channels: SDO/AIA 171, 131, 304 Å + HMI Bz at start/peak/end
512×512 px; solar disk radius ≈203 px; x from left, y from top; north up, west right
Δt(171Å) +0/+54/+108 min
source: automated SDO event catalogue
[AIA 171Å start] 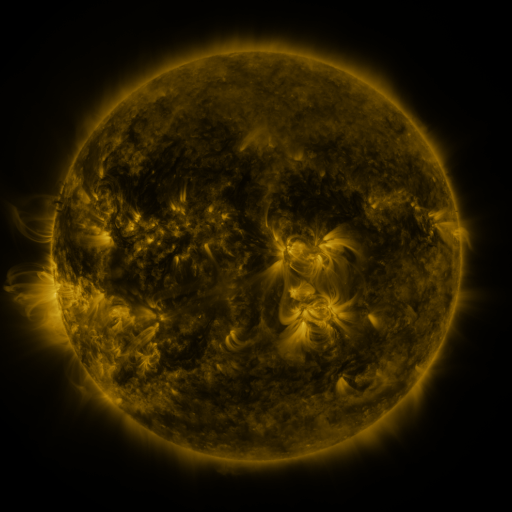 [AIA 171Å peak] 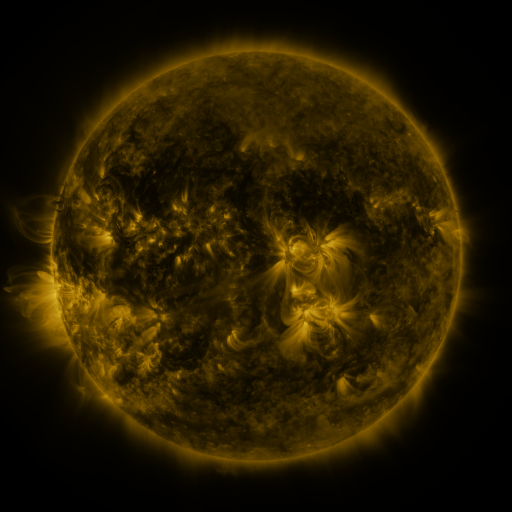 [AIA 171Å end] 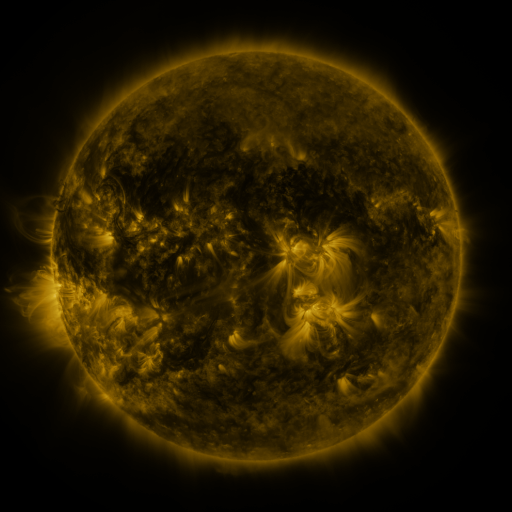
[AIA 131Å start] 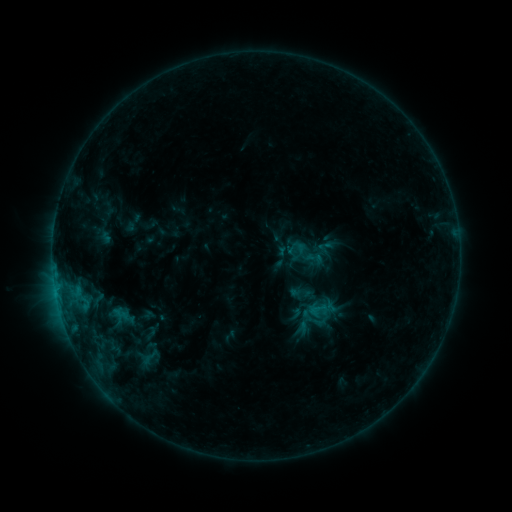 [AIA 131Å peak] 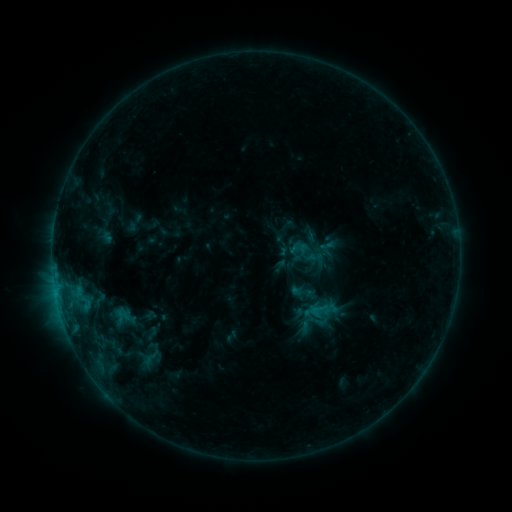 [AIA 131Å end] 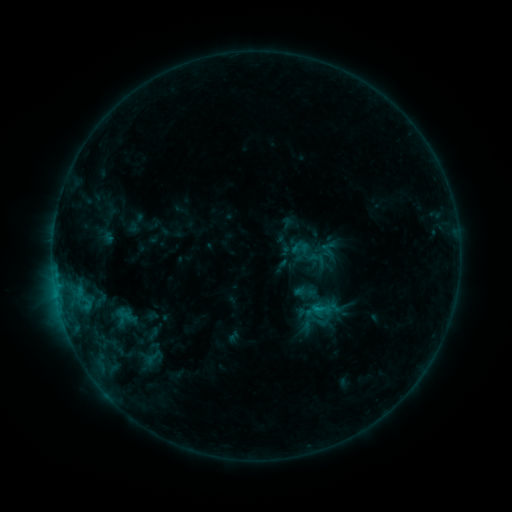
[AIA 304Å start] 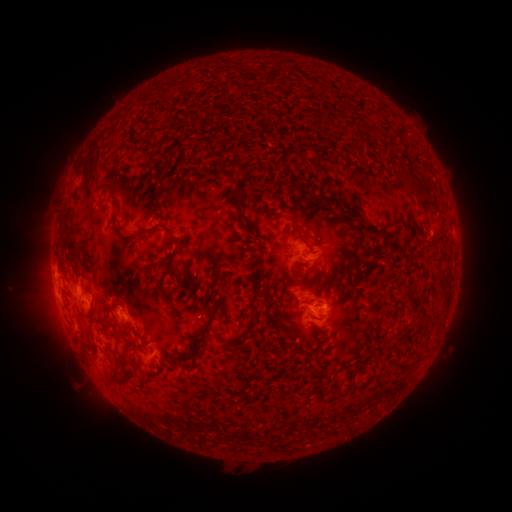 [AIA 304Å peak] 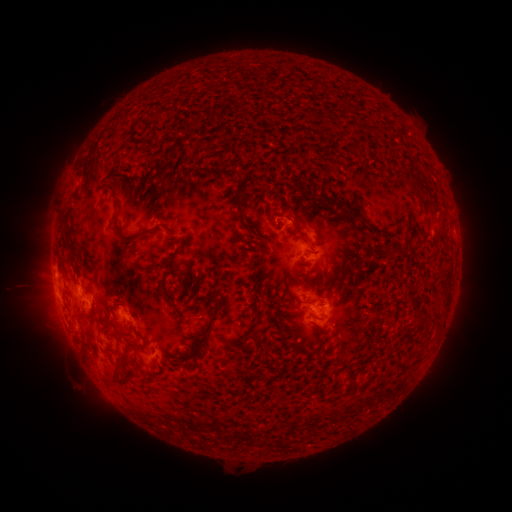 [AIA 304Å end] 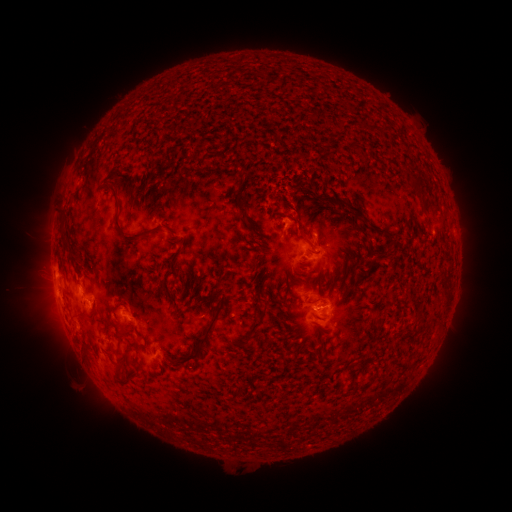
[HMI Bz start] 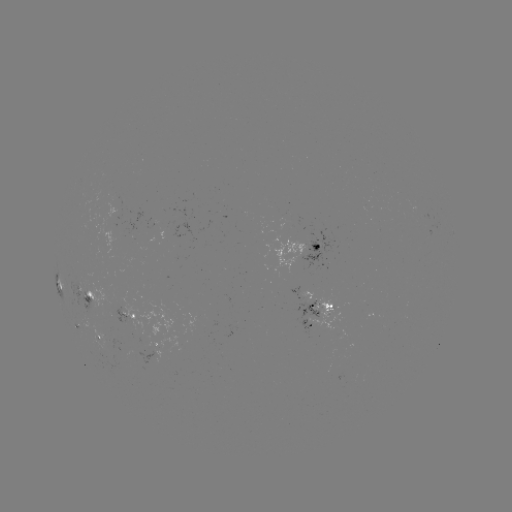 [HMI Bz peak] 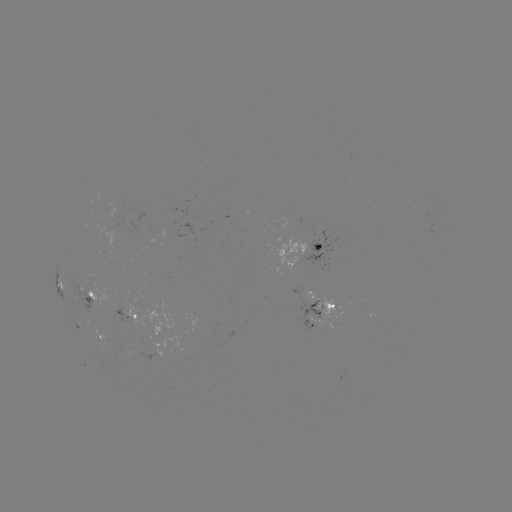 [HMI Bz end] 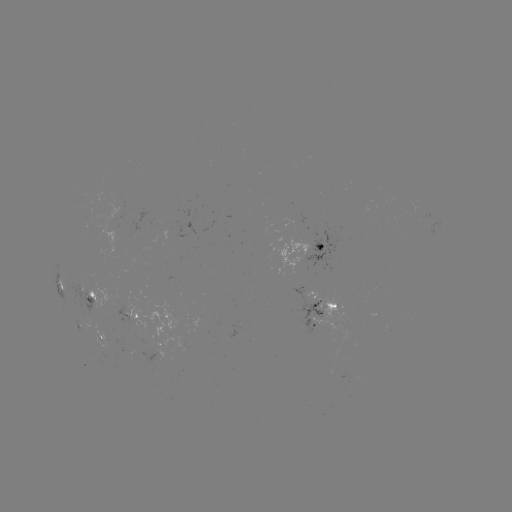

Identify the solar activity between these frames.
filament eruption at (287, 209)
